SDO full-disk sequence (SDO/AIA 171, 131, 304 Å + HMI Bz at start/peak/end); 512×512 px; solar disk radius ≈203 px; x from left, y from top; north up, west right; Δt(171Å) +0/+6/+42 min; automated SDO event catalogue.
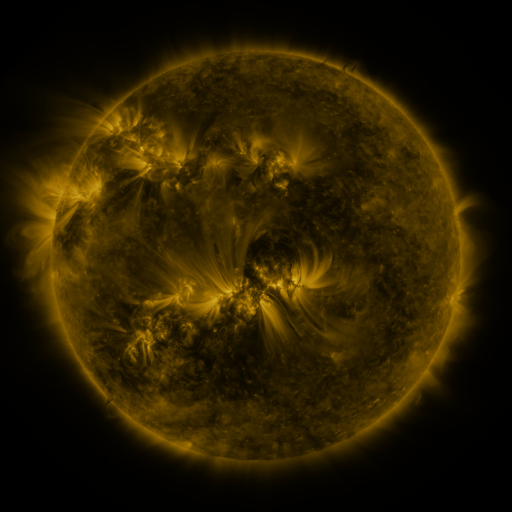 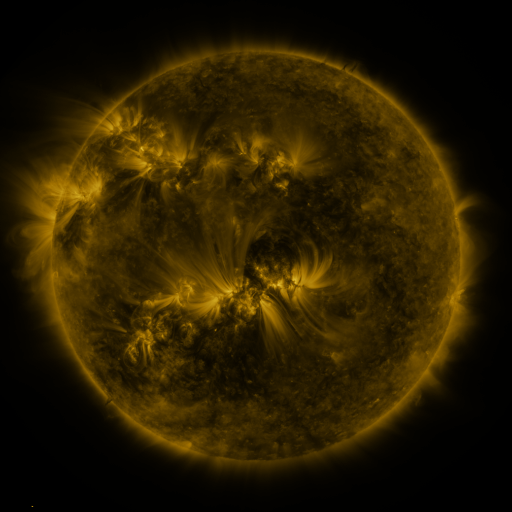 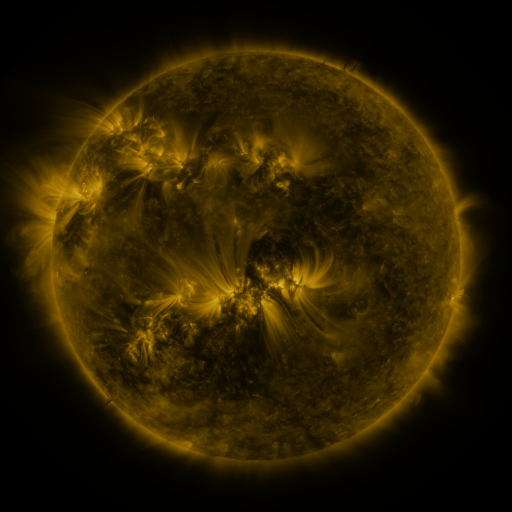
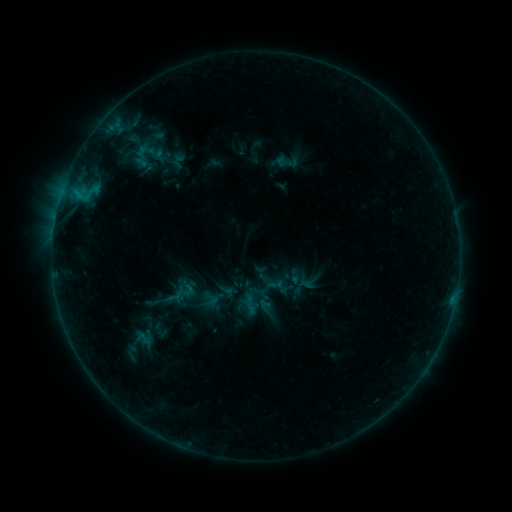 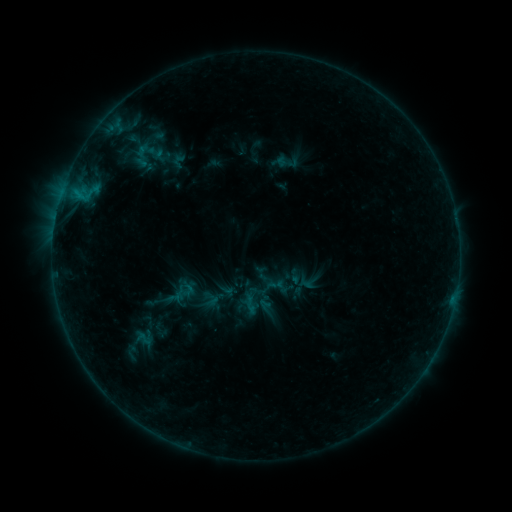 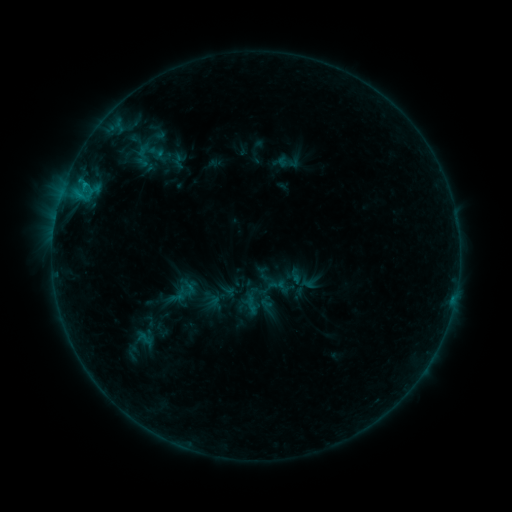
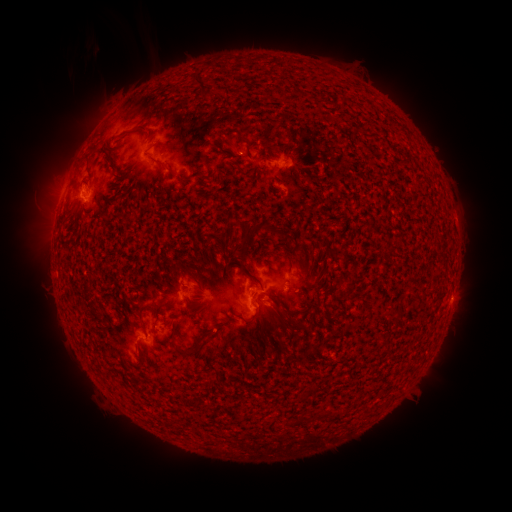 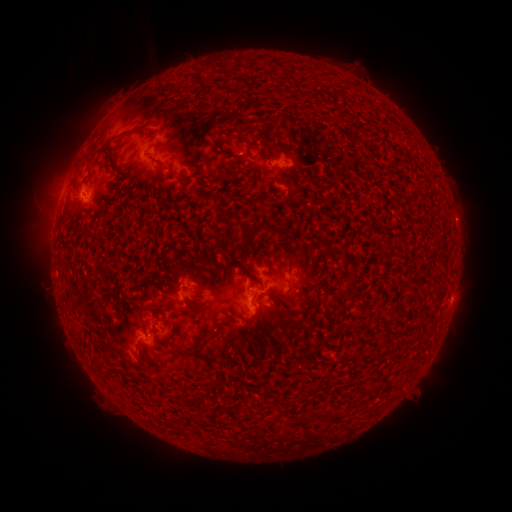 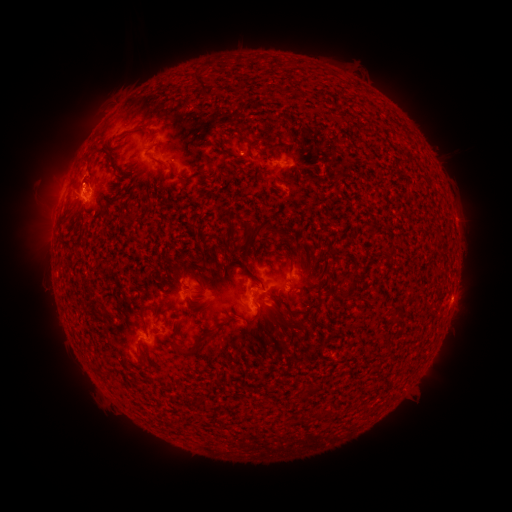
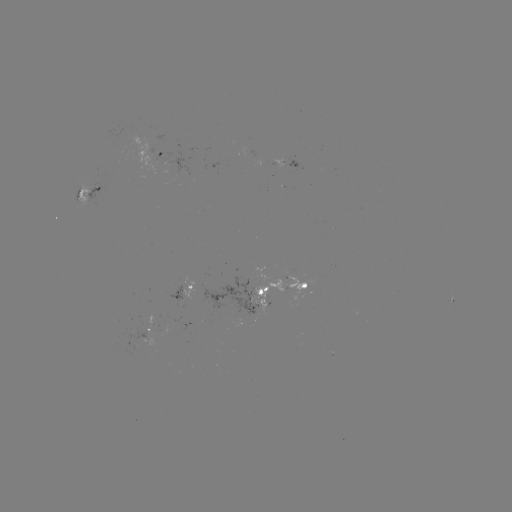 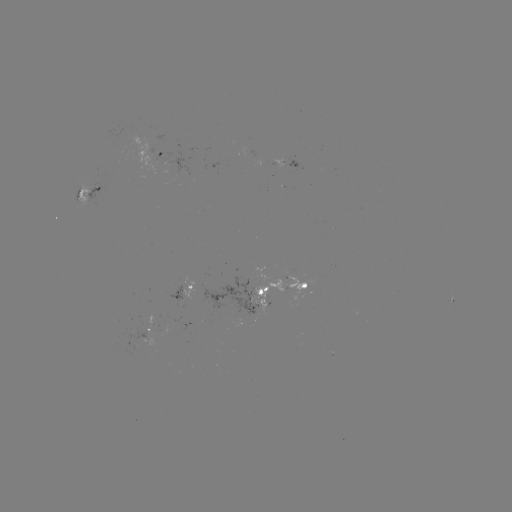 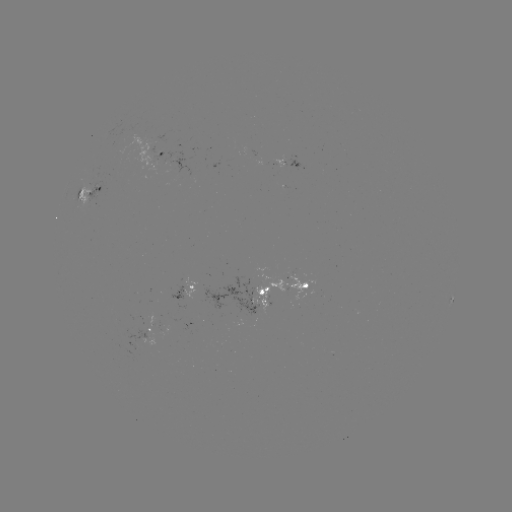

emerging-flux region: (285, 273, 306, 293)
